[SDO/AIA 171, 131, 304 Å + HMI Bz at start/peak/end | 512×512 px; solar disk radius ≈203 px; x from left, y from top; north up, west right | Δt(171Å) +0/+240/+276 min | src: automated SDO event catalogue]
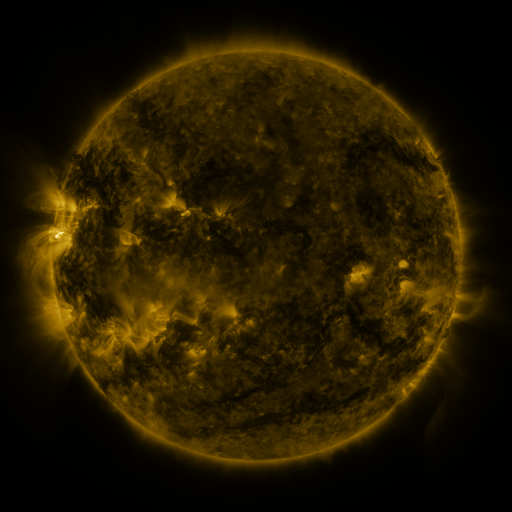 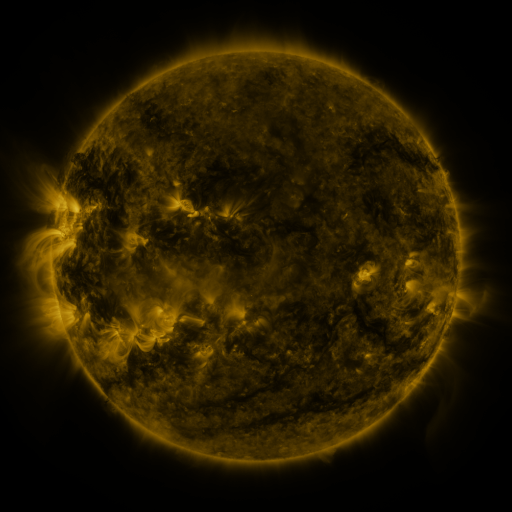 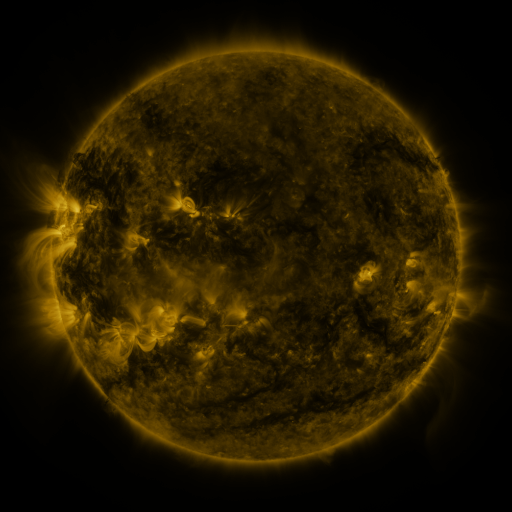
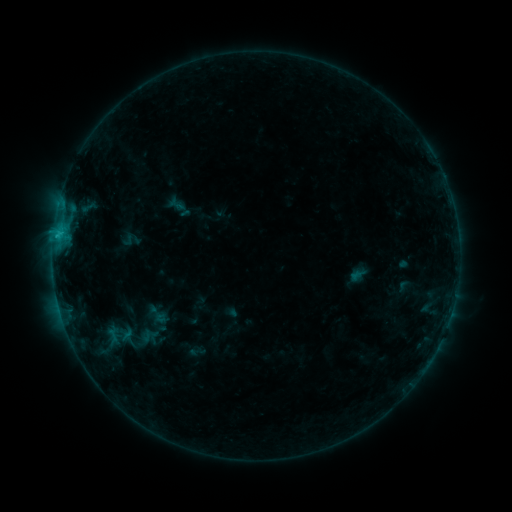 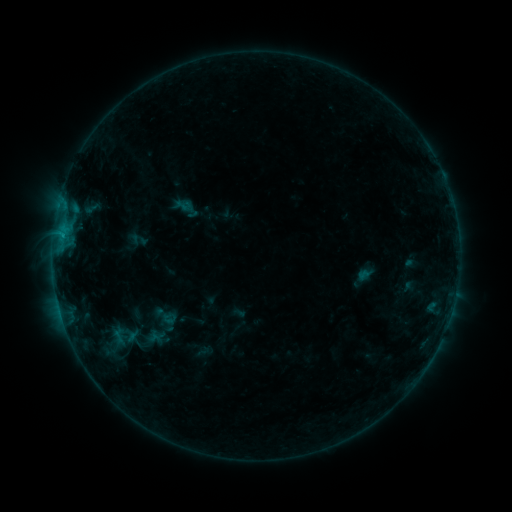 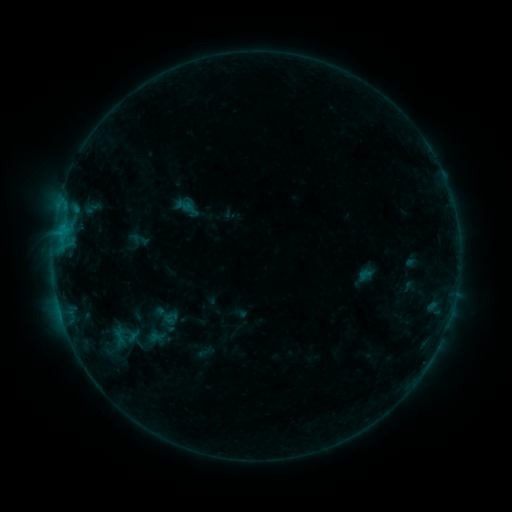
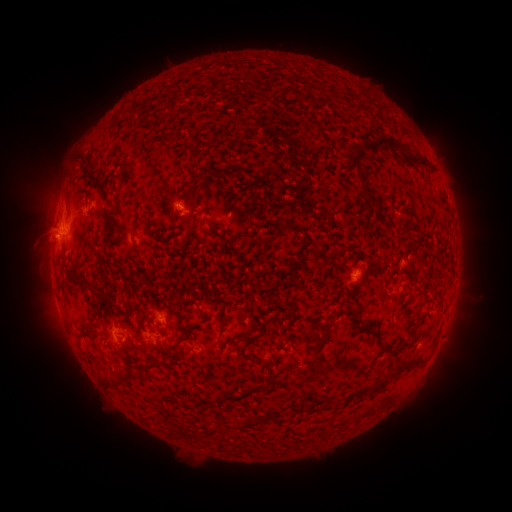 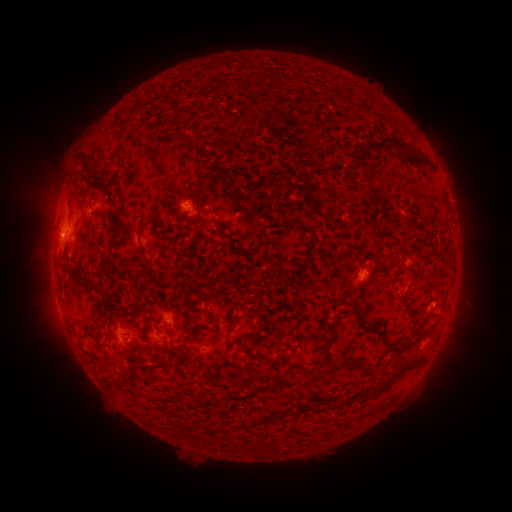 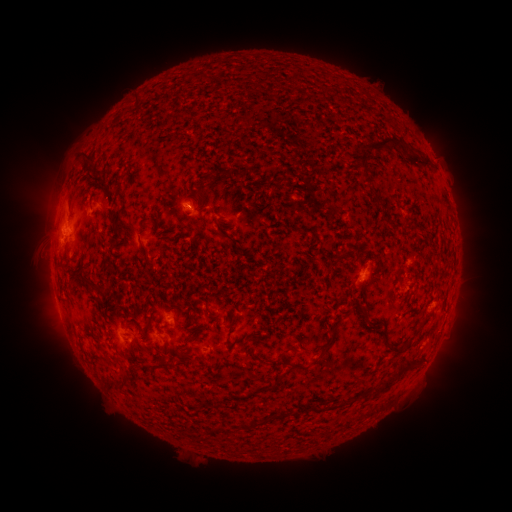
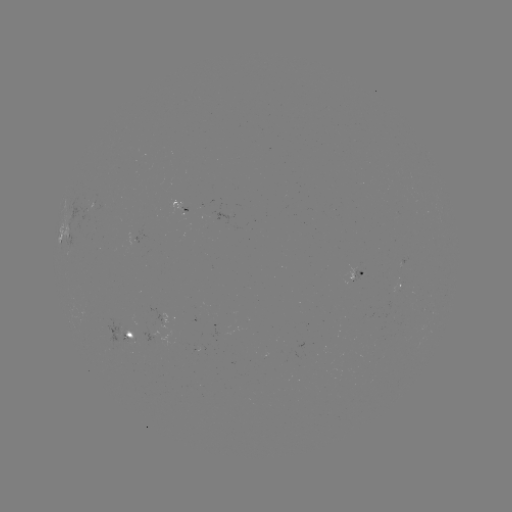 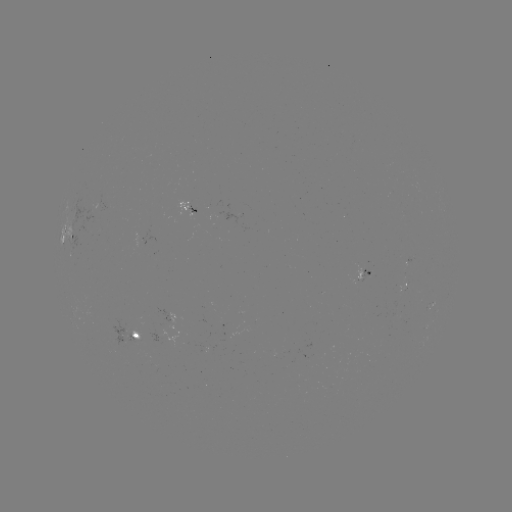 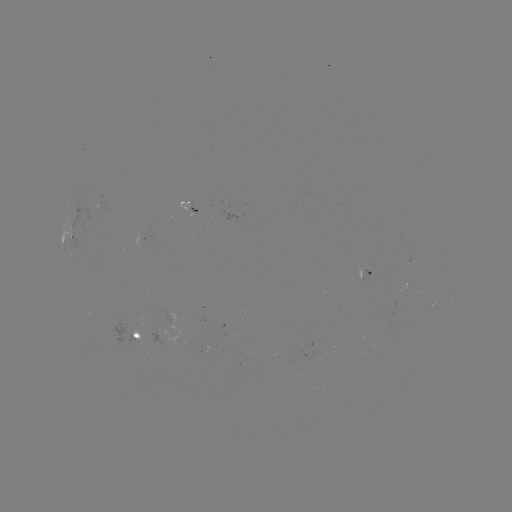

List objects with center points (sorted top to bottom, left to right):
emerging-flux region: (132, 333)
